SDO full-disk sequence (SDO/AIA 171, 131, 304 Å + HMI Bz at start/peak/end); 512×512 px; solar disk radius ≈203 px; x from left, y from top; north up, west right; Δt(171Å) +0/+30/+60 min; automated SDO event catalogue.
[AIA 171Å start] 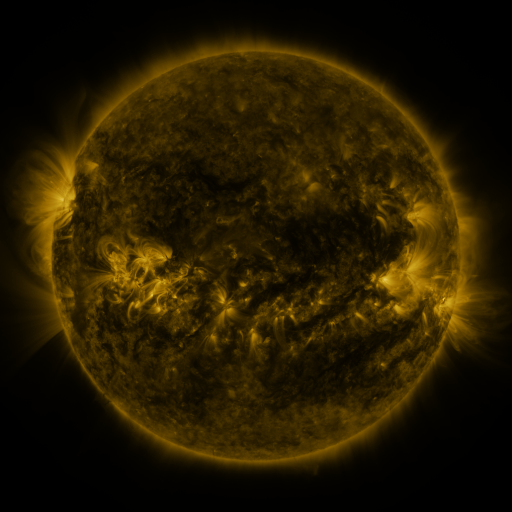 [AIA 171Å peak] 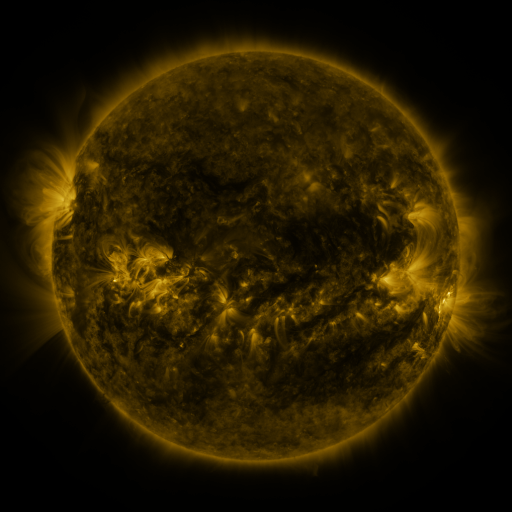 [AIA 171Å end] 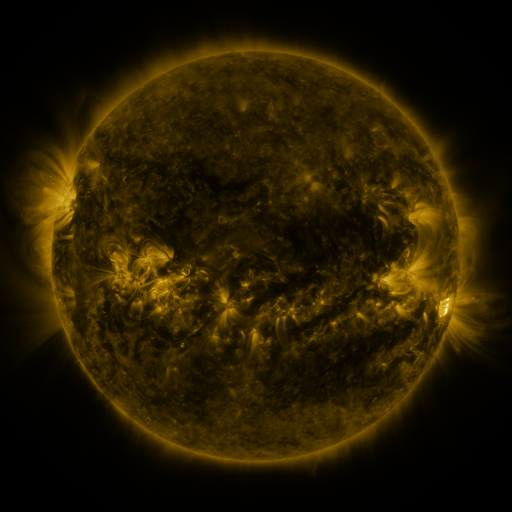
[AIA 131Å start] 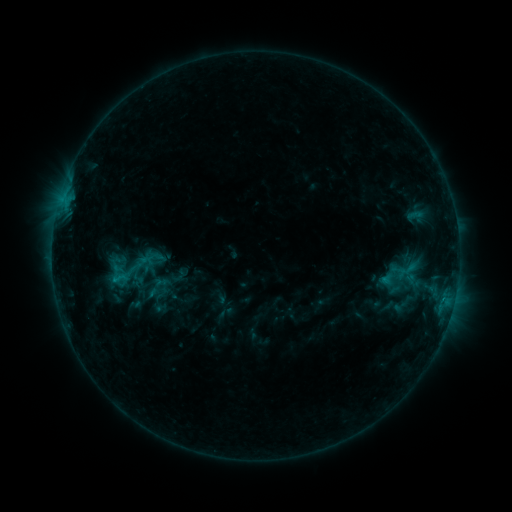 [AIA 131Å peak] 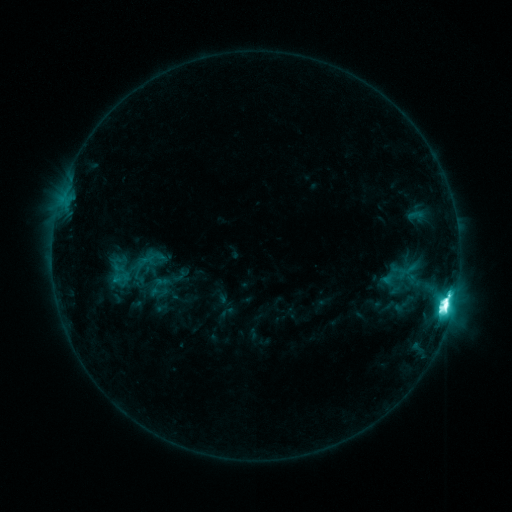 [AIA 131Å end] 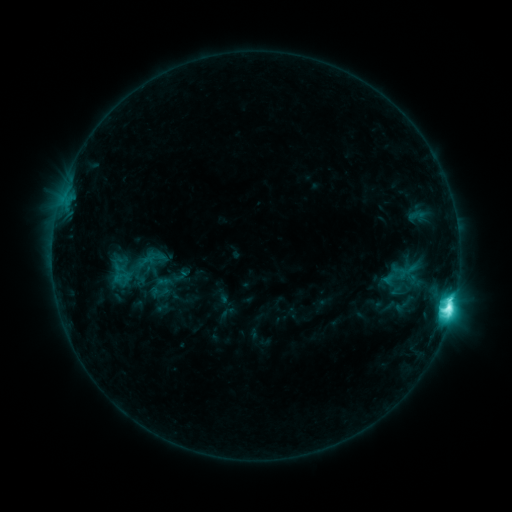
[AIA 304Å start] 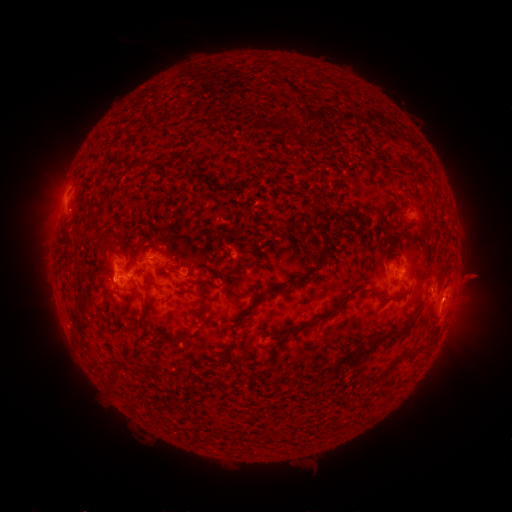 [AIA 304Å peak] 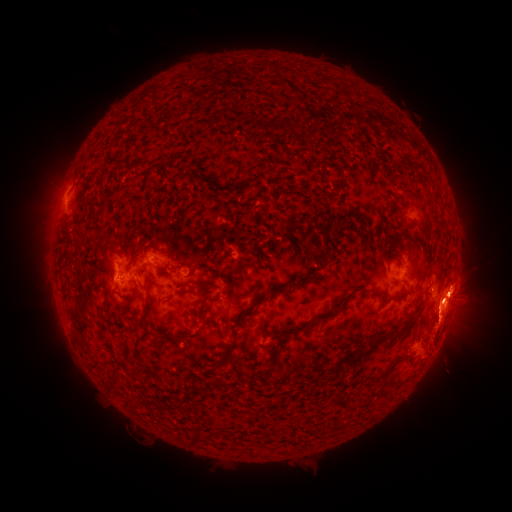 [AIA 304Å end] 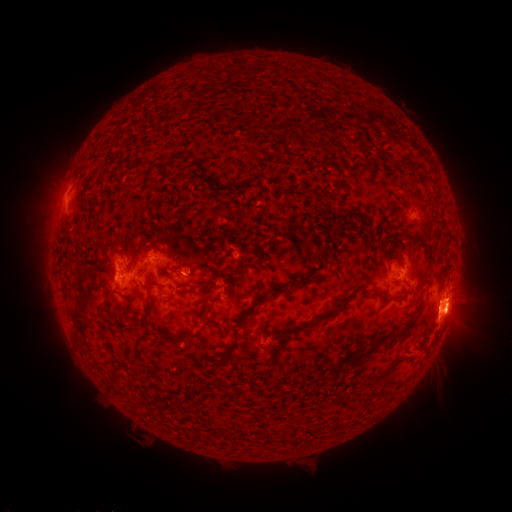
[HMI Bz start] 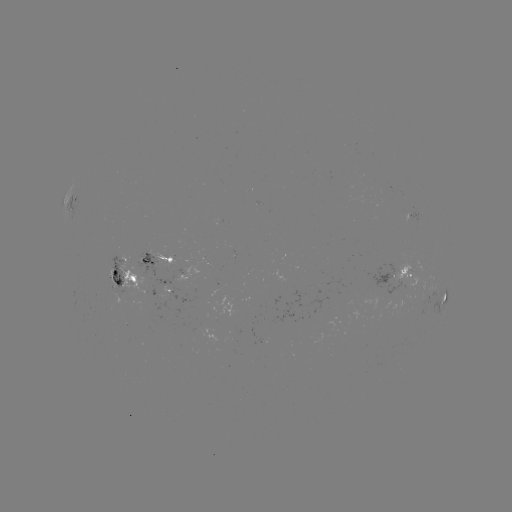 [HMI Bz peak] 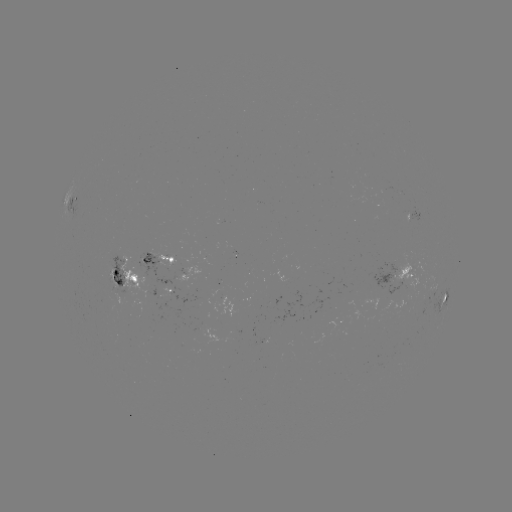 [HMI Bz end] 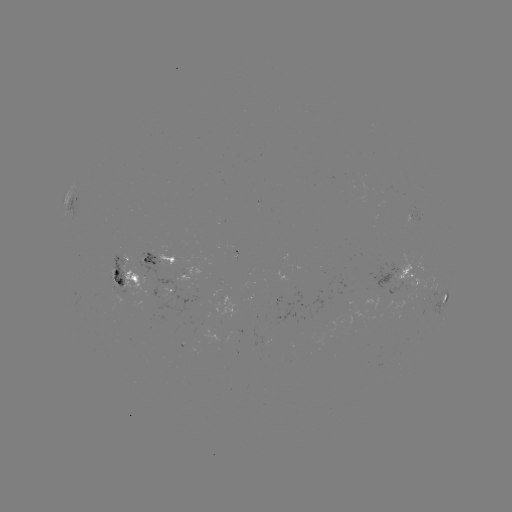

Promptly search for M3.0 flare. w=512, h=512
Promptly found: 445,302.